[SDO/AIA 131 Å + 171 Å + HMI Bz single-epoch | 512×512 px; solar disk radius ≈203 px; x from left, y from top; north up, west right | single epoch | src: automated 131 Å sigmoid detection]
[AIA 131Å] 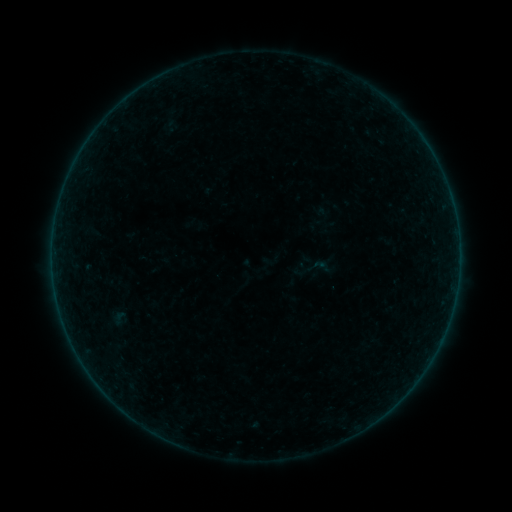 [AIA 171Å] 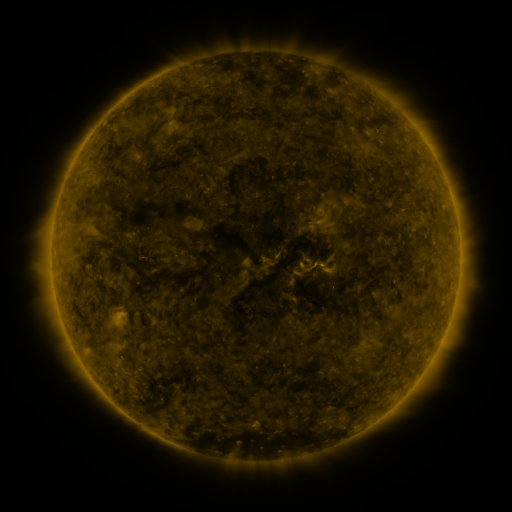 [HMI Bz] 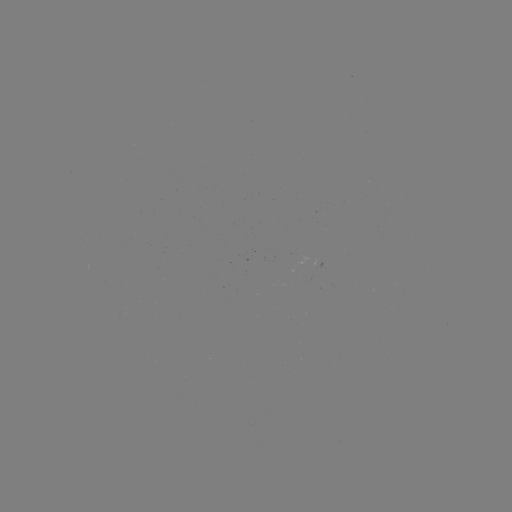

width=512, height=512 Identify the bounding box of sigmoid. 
[311, 254, 334, 279].